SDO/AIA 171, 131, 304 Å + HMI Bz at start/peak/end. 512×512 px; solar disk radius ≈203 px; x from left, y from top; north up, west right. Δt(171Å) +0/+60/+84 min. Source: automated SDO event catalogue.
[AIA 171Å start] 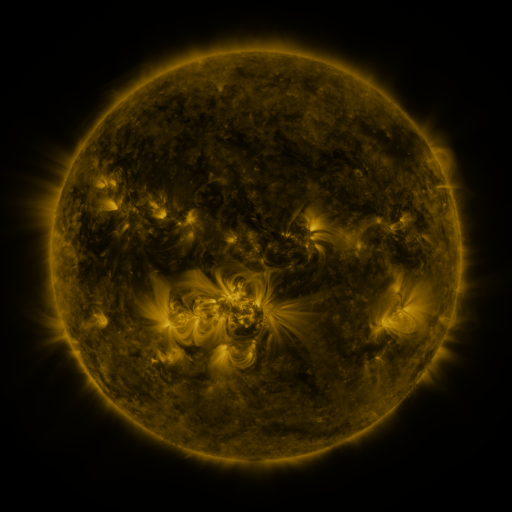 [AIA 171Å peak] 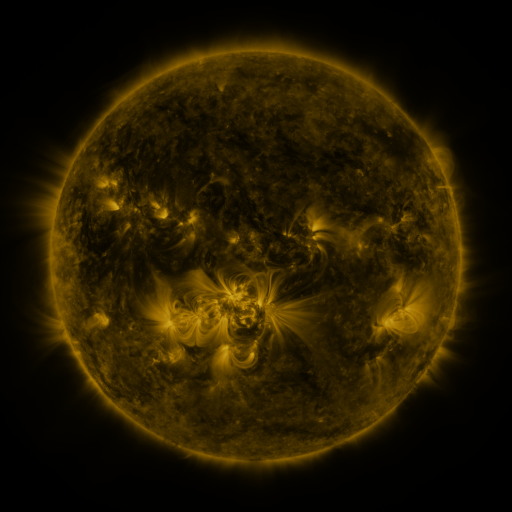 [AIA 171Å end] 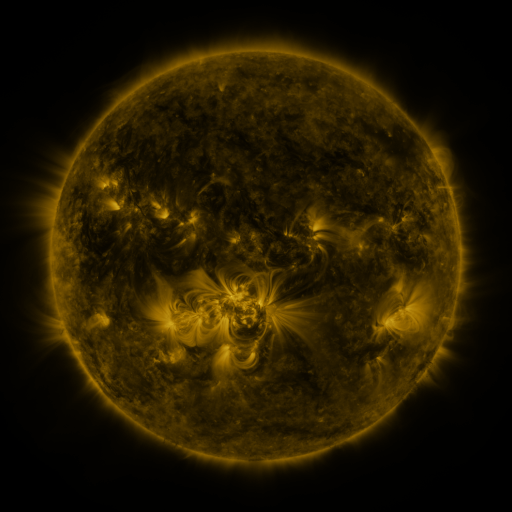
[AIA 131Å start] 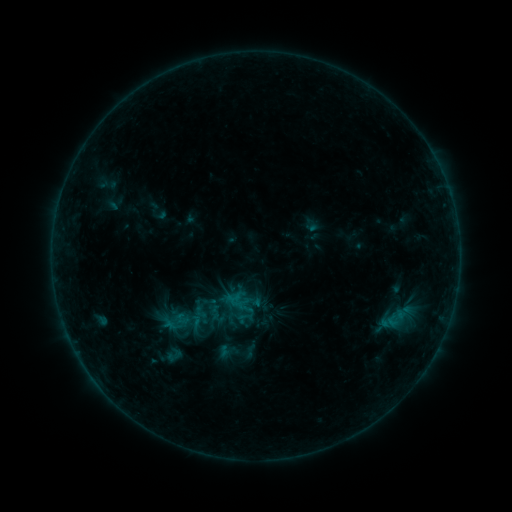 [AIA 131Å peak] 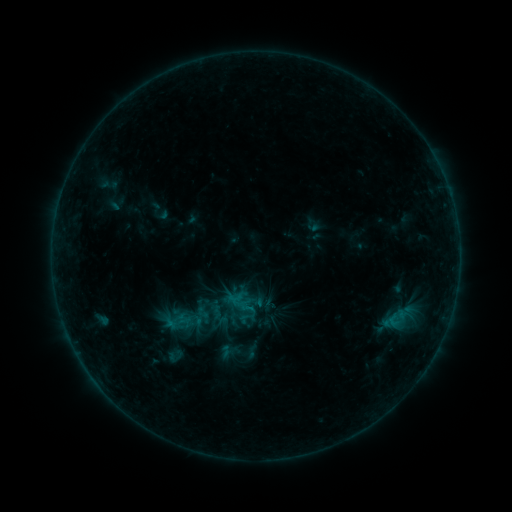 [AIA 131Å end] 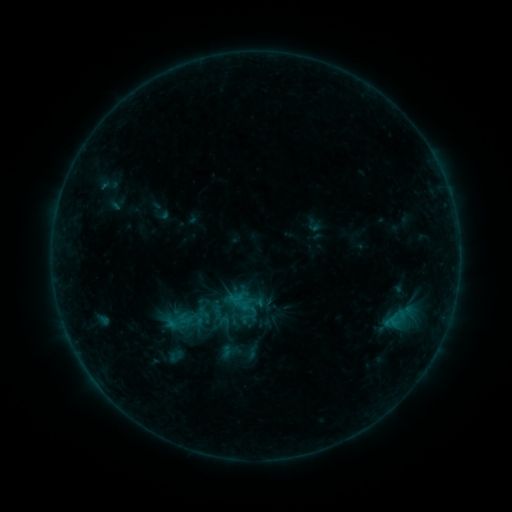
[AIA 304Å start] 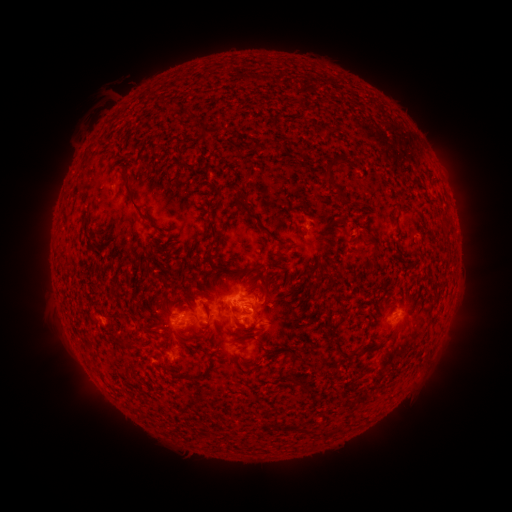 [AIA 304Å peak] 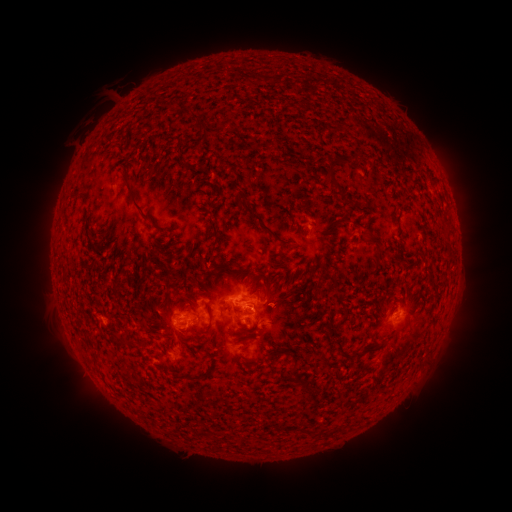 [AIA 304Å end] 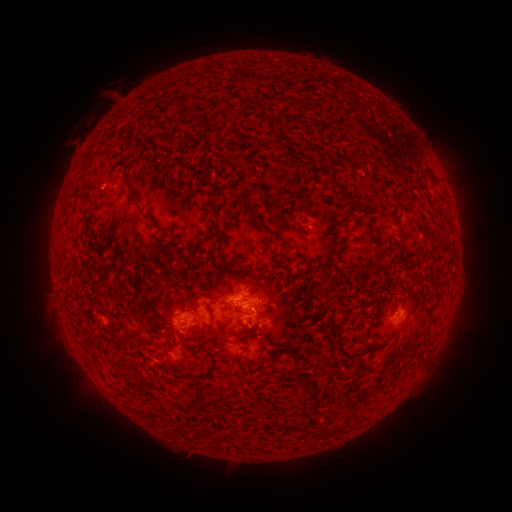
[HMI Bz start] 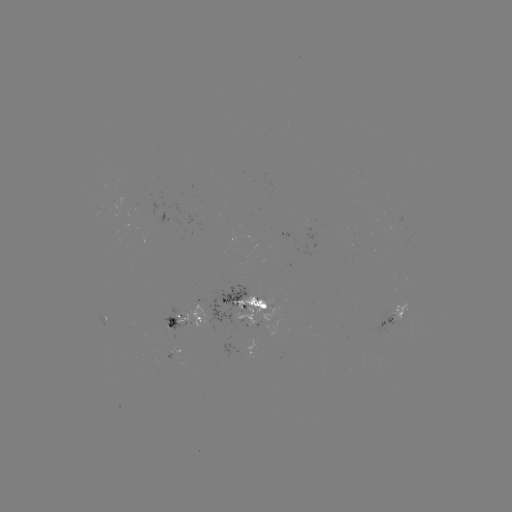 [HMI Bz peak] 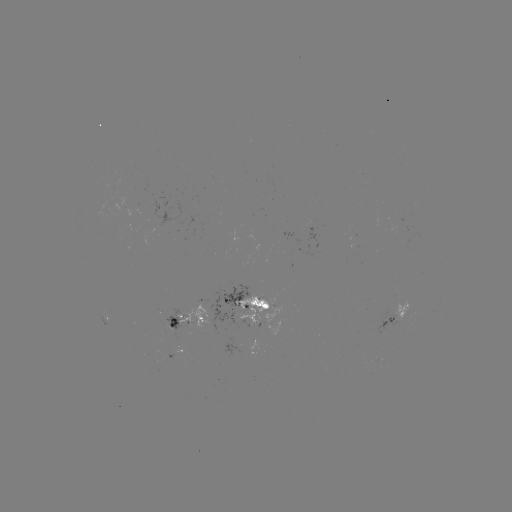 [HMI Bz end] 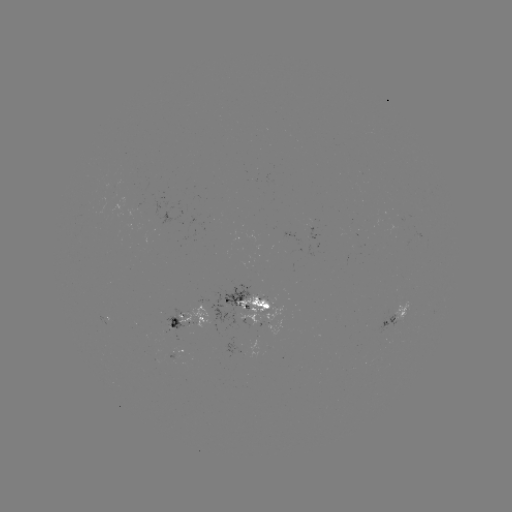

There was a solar emerging-flux region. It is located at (258, 334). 